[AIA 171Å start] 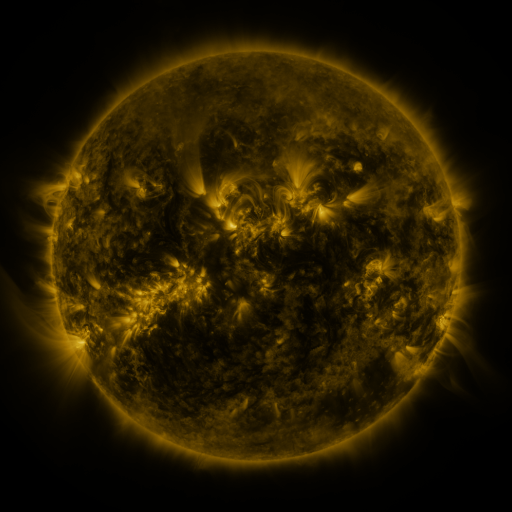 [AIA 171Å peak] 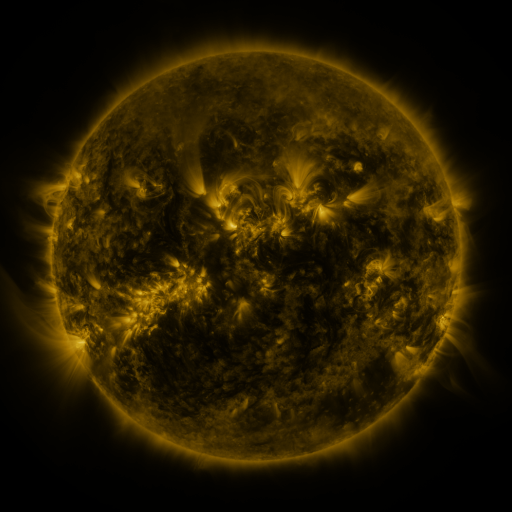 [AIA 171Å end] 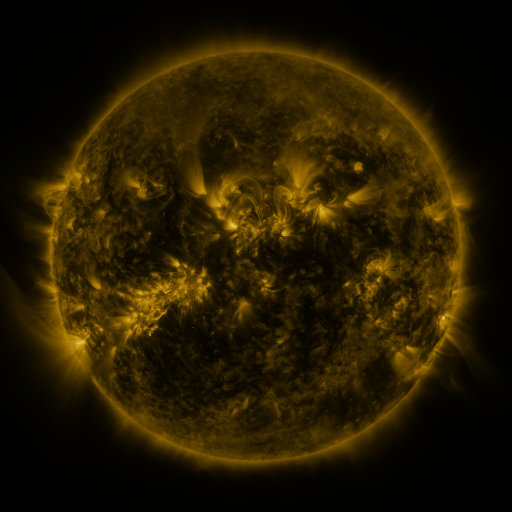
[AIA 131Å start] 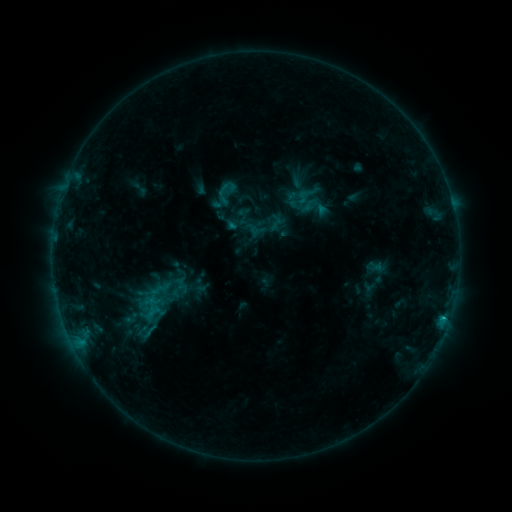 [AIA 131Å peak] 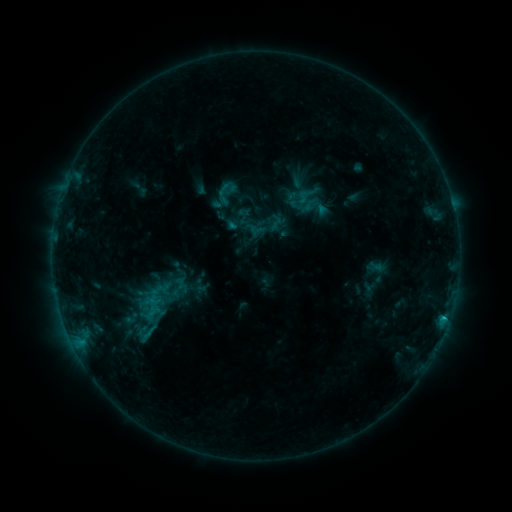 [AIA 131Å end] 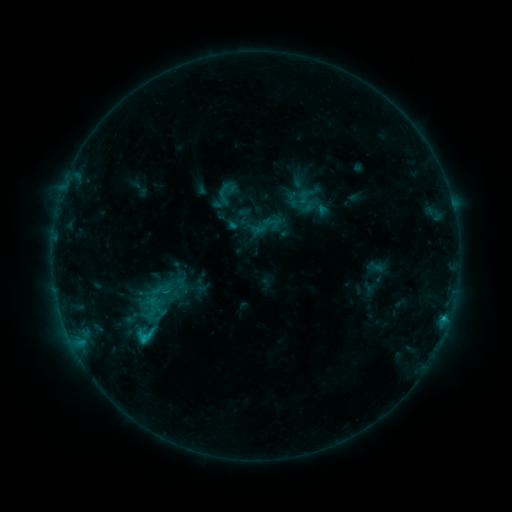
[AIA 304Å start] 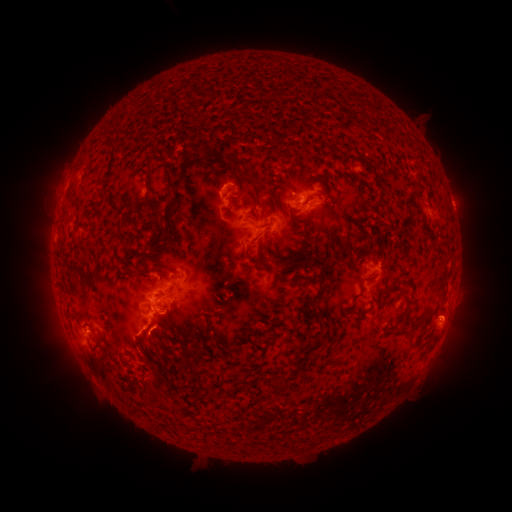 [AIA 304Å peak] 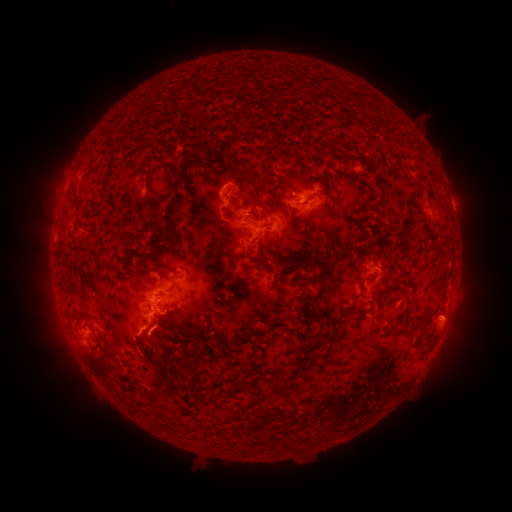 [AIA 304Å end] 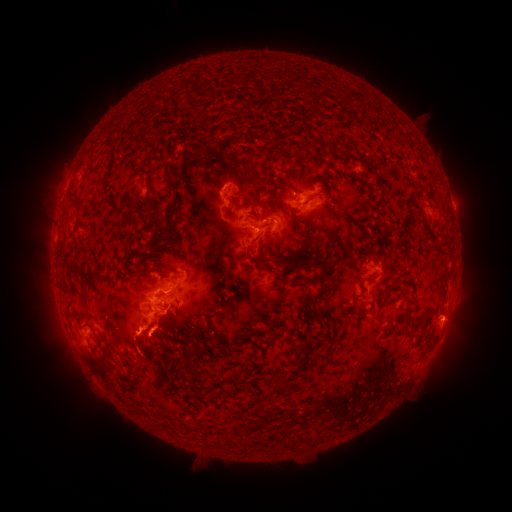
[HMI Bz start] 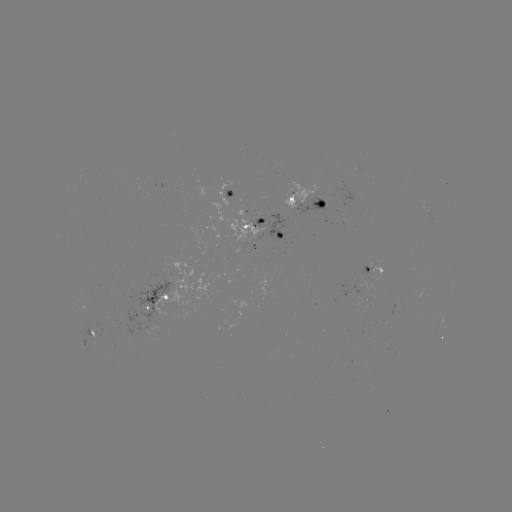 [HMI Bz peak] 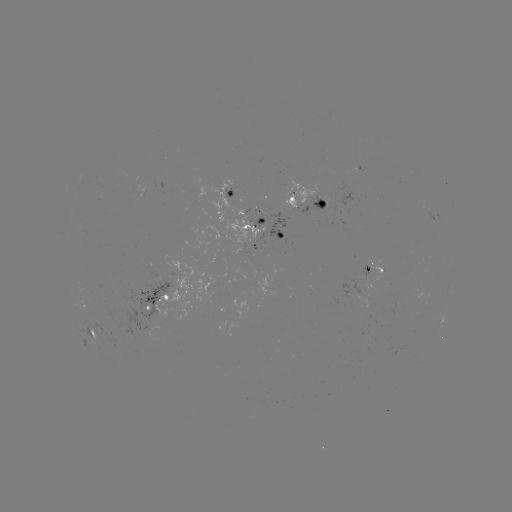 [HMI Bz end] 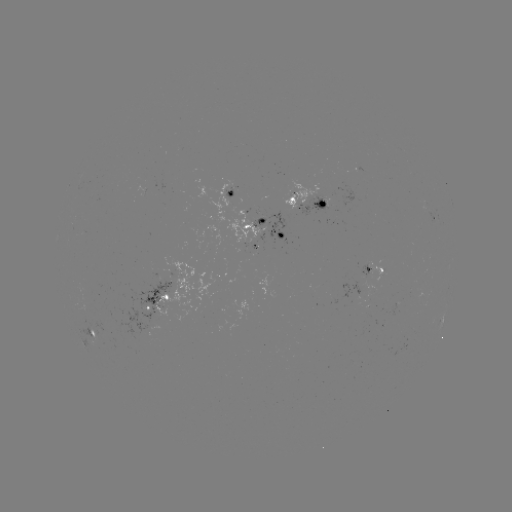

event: eruption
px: (150, 387)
